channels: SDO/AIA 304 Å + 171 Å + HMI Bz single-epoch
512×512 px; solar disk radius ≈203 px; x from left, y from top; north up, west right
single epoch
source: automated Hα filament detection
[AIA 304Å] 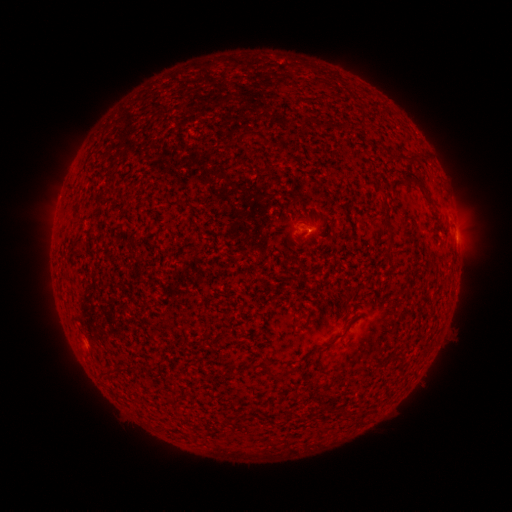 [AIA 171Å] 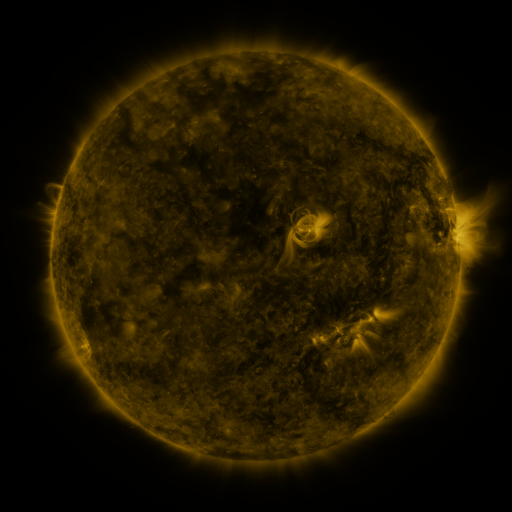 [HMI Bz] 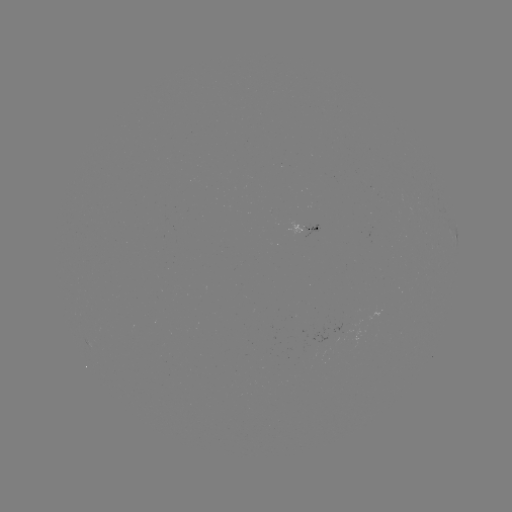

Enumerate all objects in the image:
filament: [403, 173, 426, 191]
filament: [322, 333, 344, 350]
filament: [111, 363, 129, 371]
filament: [264, 367, 275, 378]
